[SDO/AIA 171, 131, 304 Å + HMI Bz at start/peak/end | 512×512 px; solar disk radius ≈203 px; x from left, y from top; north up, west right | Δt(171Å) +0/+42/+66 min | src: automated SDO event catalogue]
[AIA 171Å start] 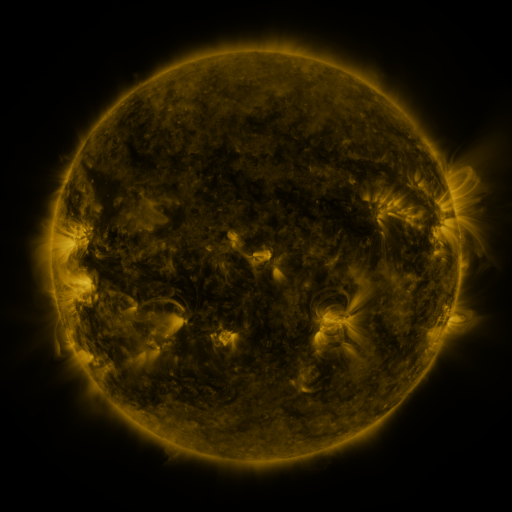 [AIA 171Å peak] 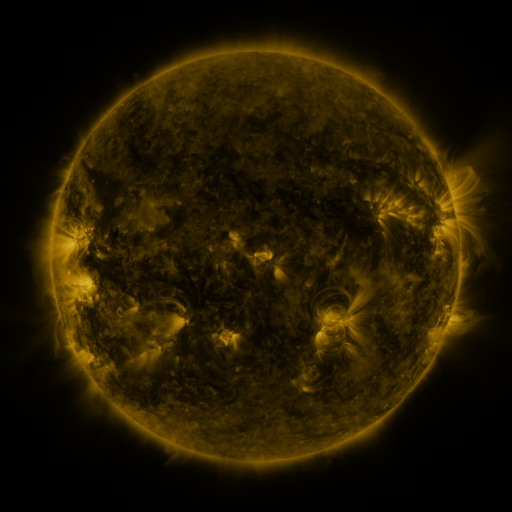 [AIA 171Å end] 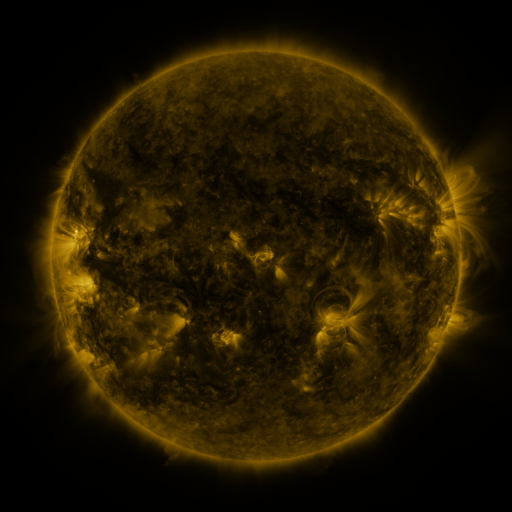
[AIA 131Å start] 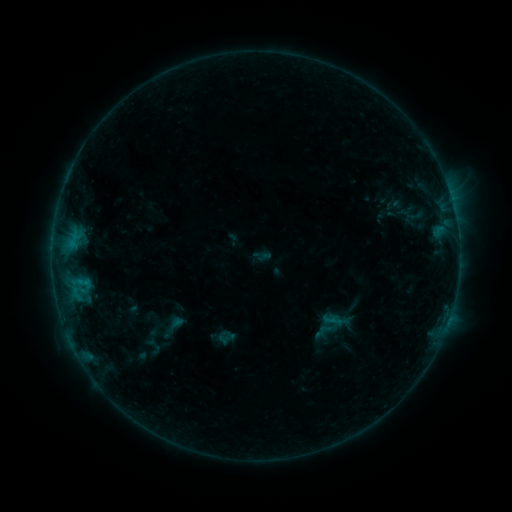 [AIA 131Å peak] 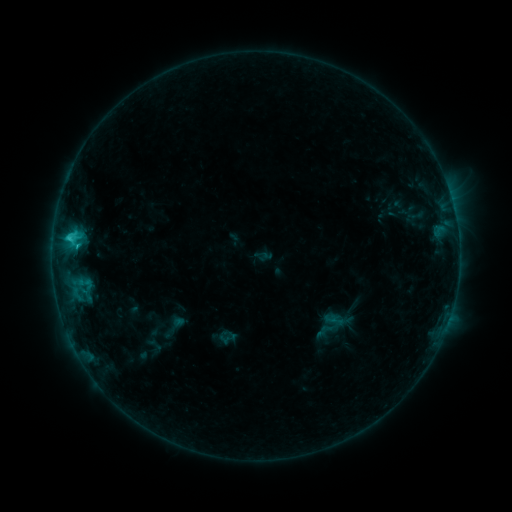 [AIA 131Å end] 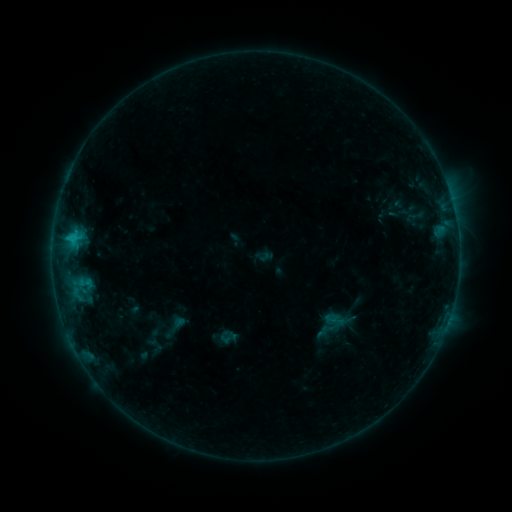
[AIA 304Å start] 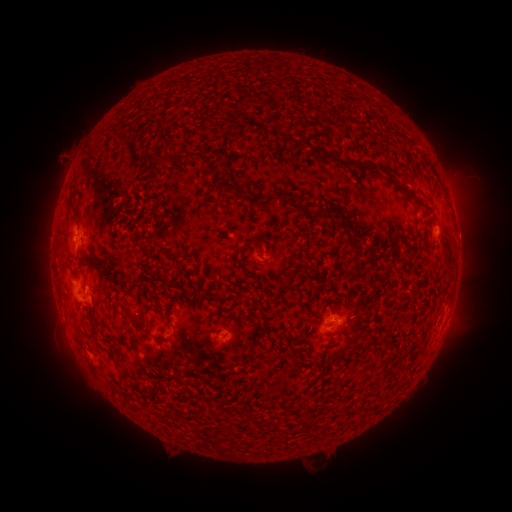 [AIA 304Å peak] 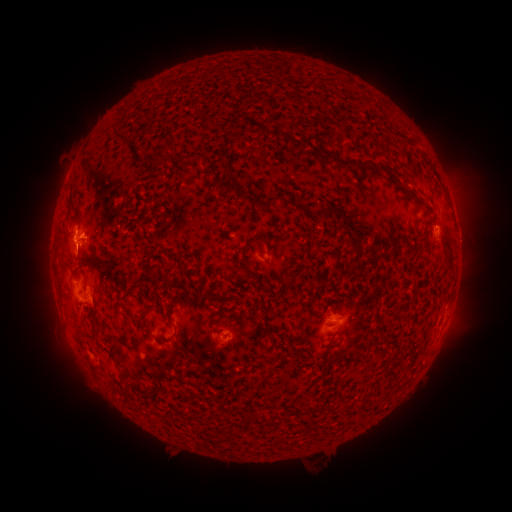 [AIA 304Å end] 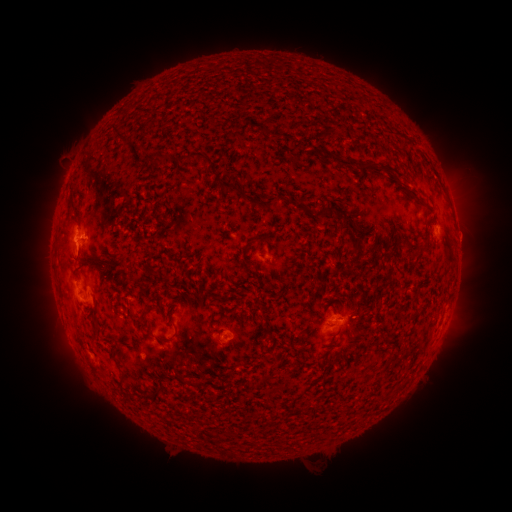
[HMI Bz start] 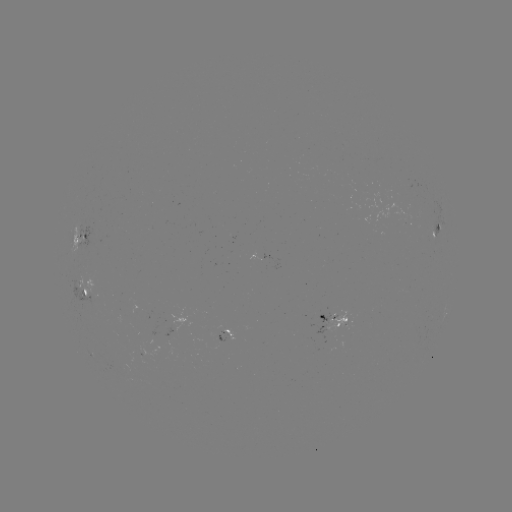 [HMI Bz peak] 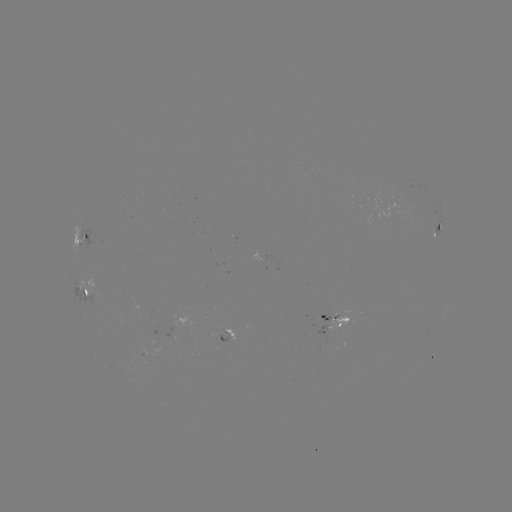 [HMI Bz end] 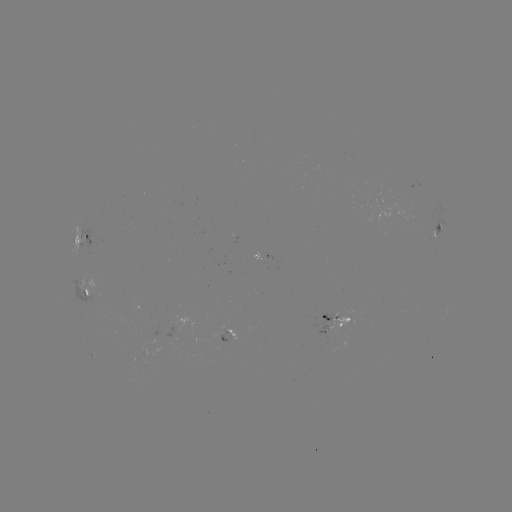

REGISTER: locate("C1.8 flare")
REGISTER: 70,240